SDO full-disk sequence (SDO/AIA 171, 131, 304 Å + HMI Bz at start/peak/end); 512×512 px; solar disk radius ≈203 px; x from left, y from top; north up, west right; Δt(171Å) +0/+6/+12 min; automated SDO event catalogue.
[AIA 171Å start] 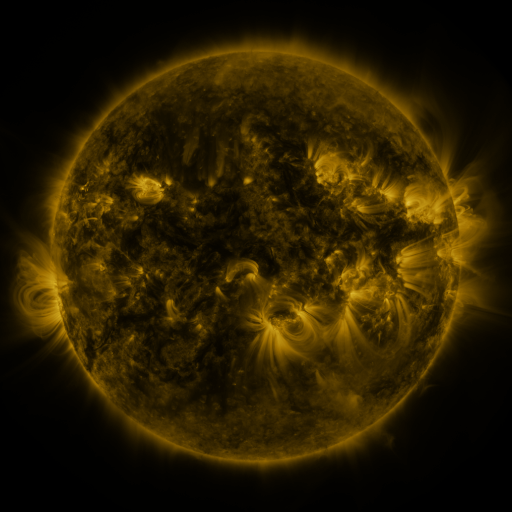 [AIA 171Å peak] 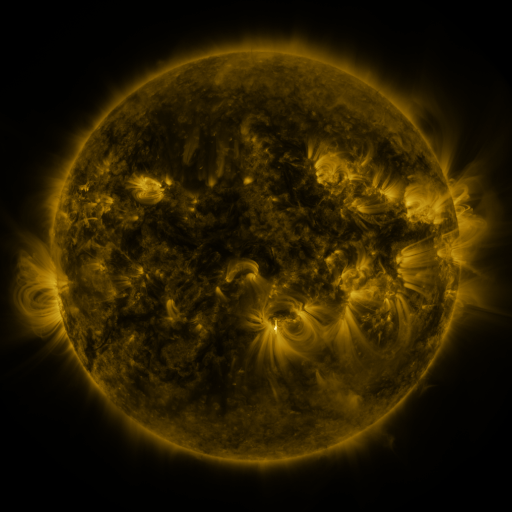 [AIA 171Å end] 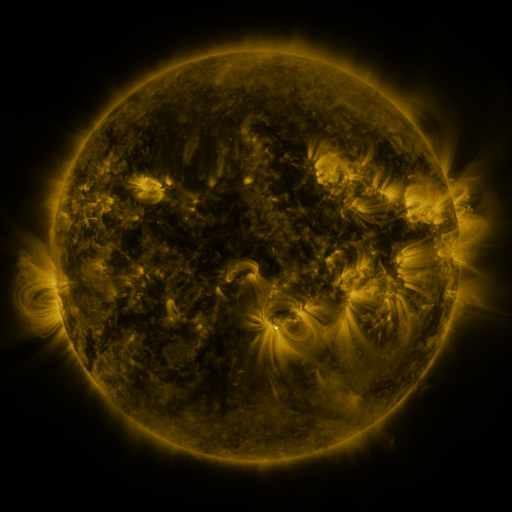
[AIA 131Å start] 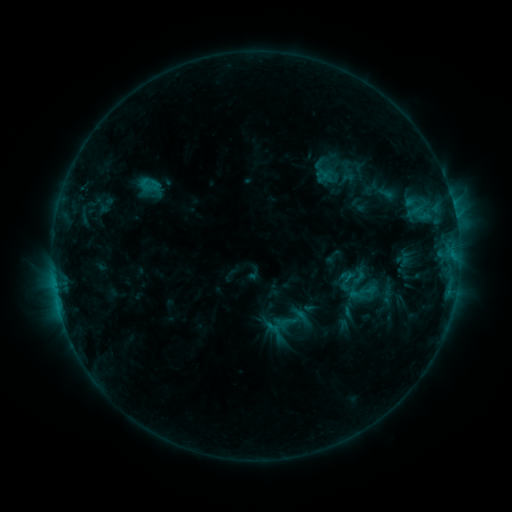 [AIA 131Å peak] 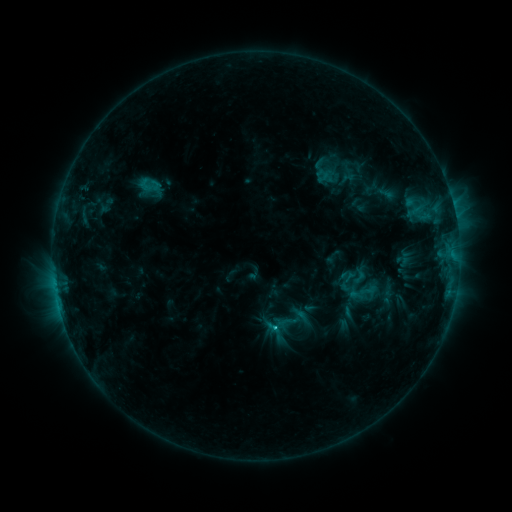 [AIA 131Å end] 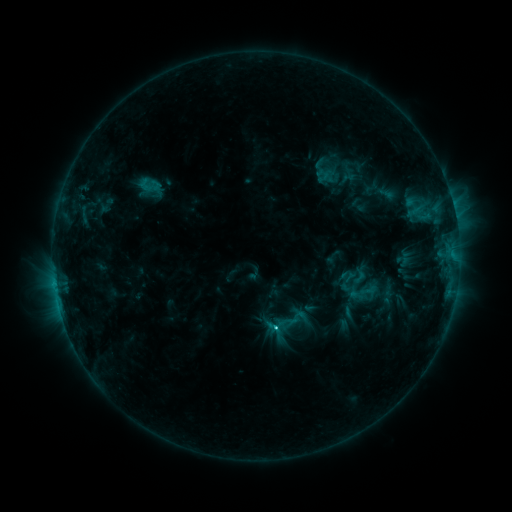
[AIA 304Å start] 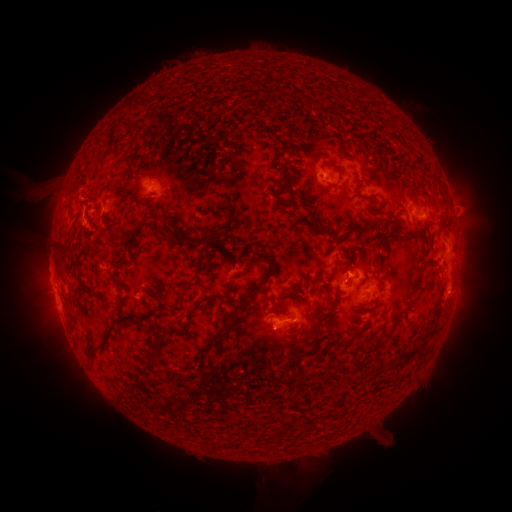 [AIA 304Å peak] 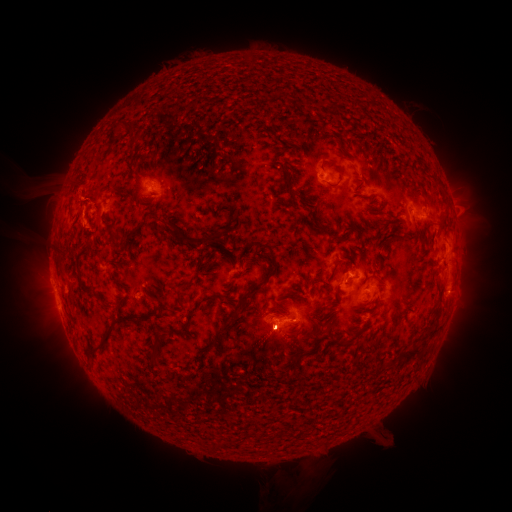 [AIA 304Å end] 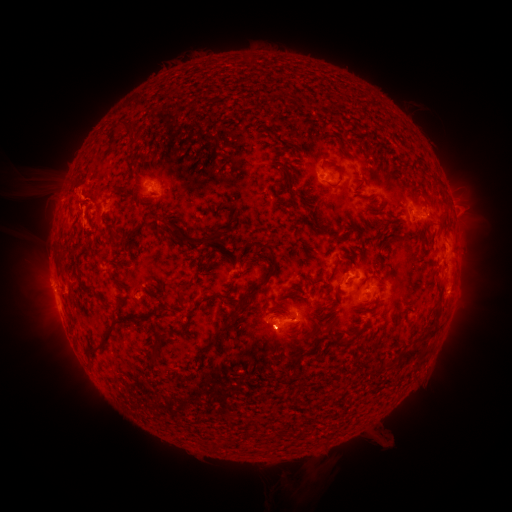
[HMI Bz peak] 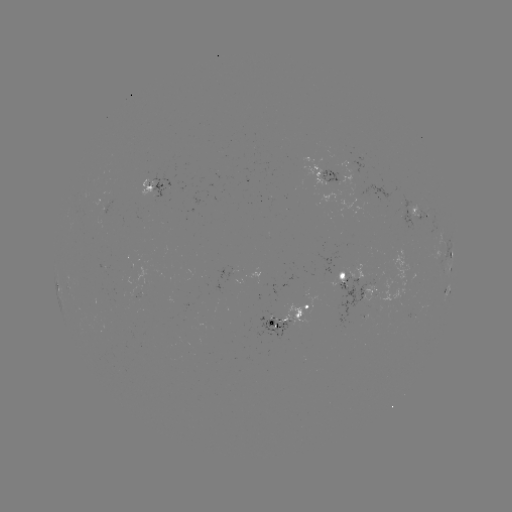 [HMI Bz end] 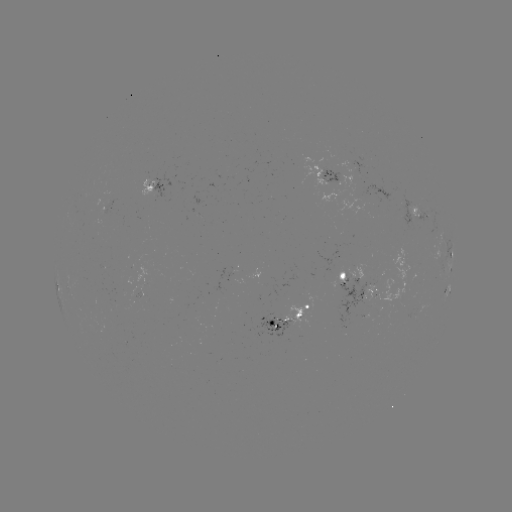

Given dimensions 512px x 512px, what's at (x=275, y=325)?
C3.2 flare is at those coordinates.